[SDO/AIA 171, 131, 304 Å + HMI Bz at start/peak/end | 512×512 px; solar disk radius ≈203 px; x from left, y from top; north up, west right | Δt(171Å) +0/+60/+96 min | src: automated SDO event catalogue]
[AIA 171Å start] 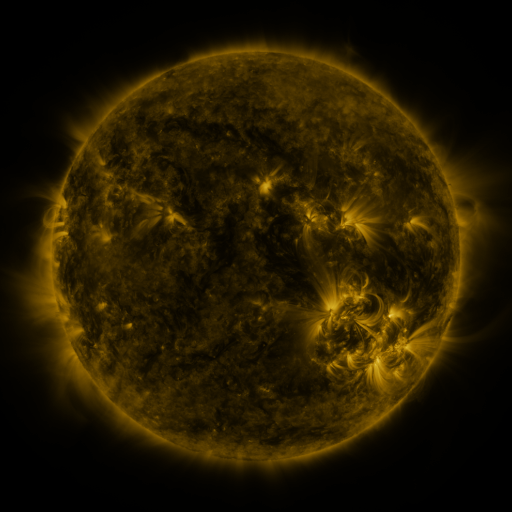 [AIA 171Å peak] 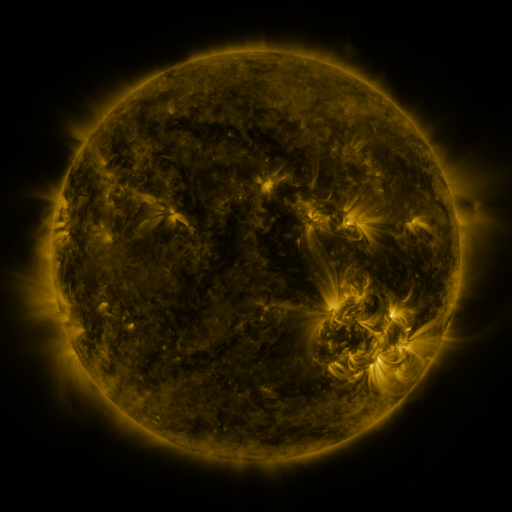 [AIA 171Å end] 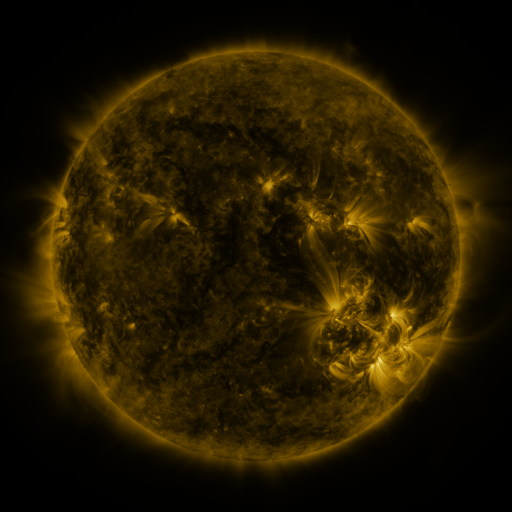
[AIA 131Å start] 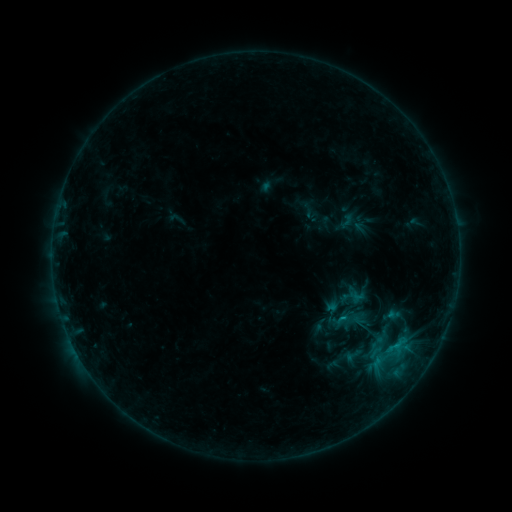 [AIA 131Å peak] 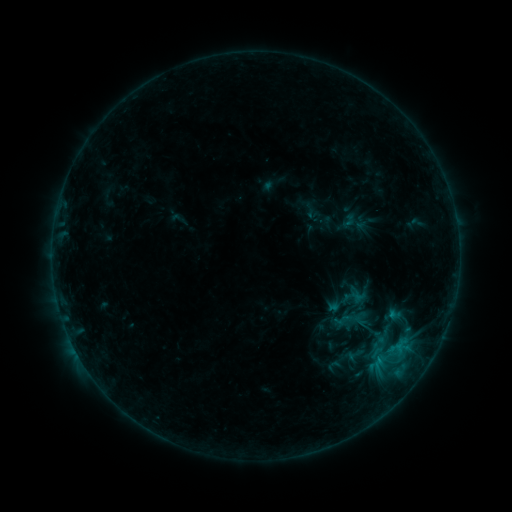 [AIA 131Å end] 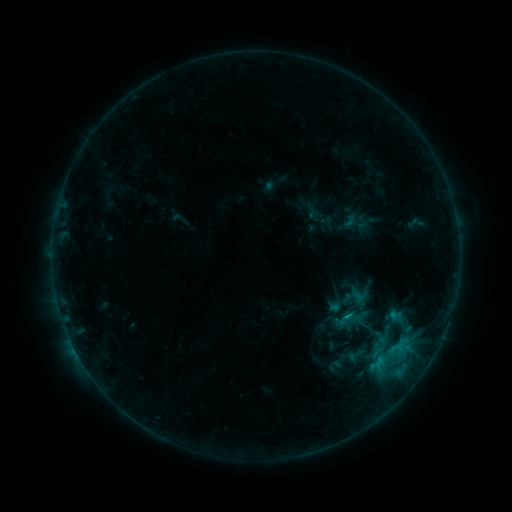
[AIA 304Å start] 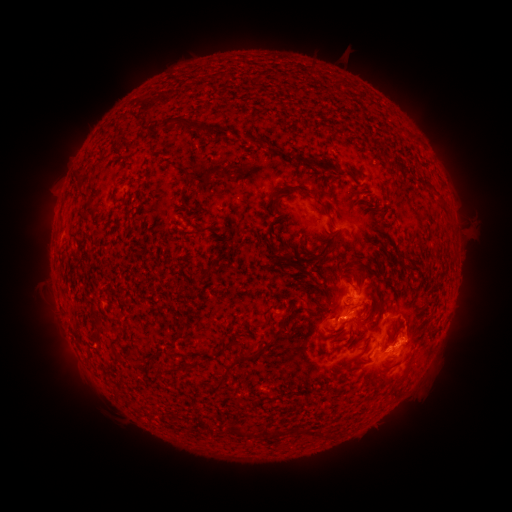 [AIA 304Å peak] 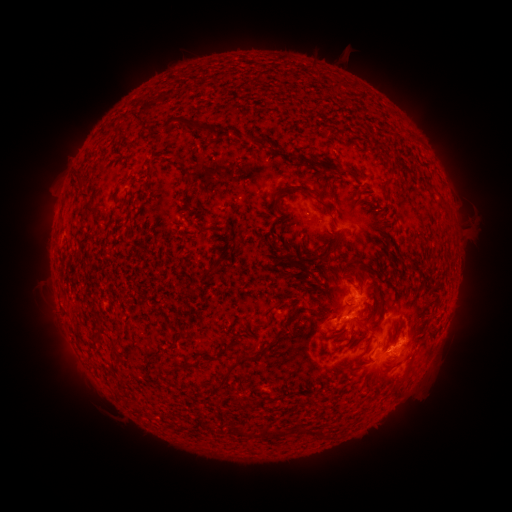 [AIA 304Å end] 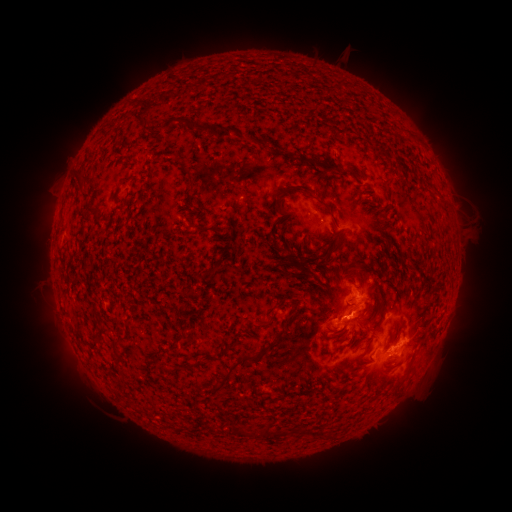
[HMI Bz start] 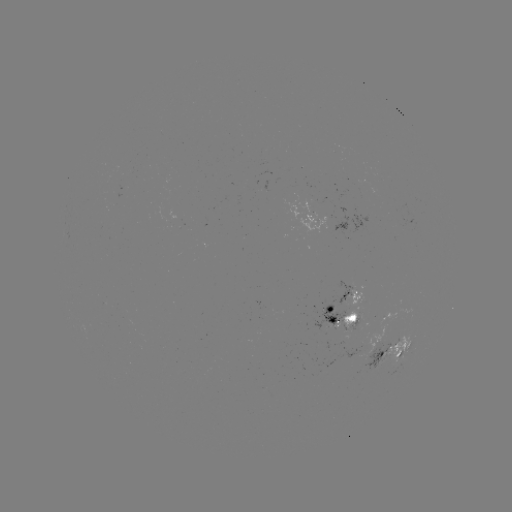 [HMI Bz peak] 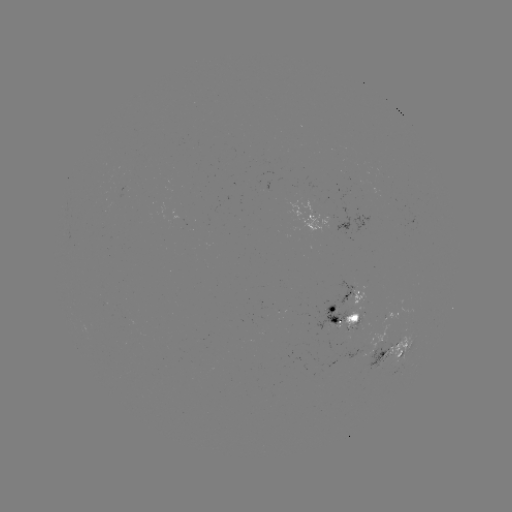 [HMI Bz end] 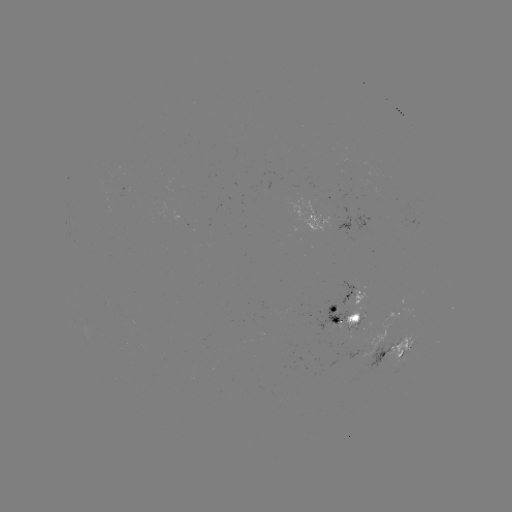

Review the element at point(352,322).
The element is emerging-flux region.